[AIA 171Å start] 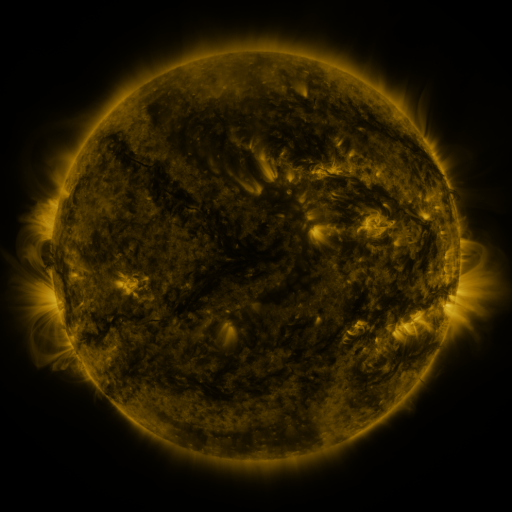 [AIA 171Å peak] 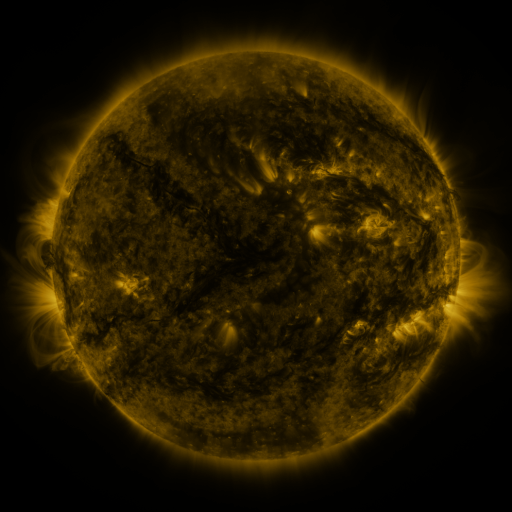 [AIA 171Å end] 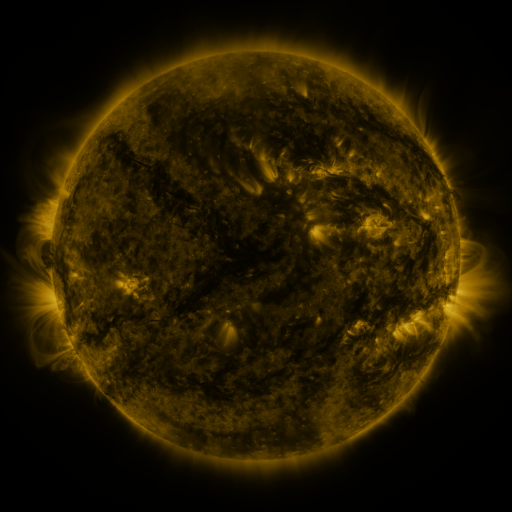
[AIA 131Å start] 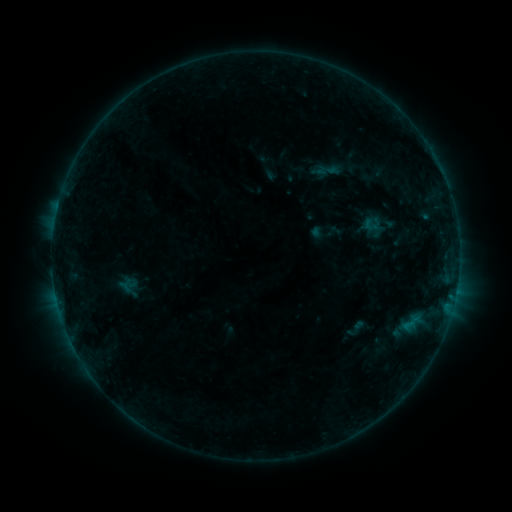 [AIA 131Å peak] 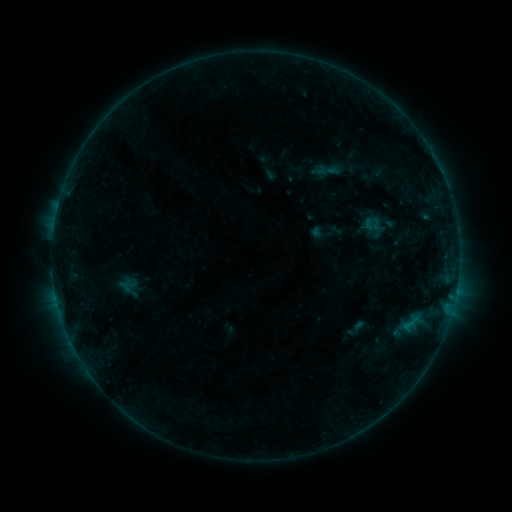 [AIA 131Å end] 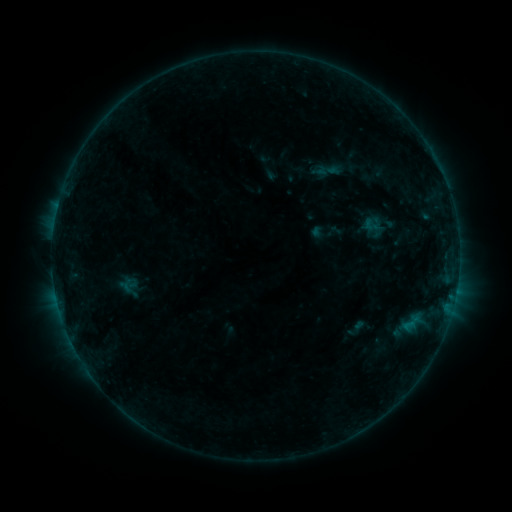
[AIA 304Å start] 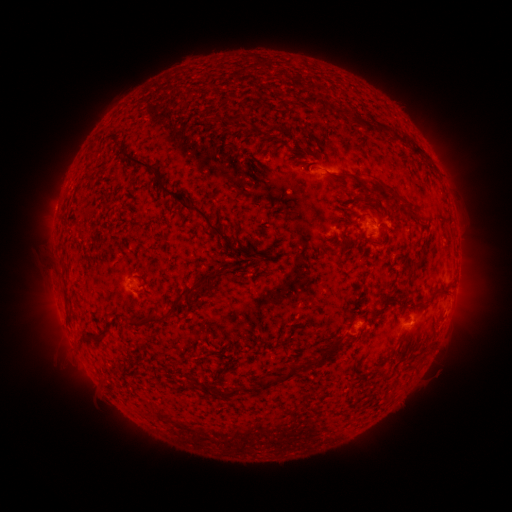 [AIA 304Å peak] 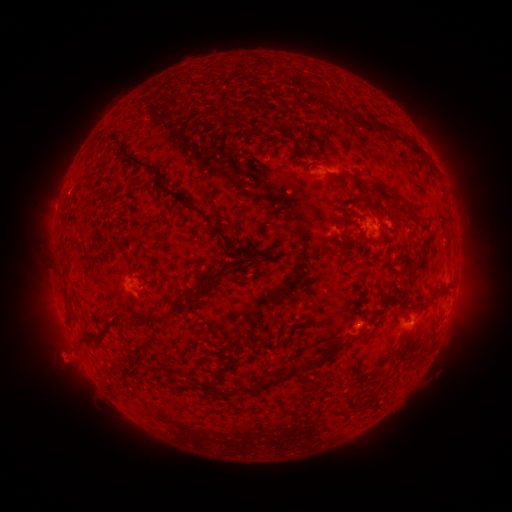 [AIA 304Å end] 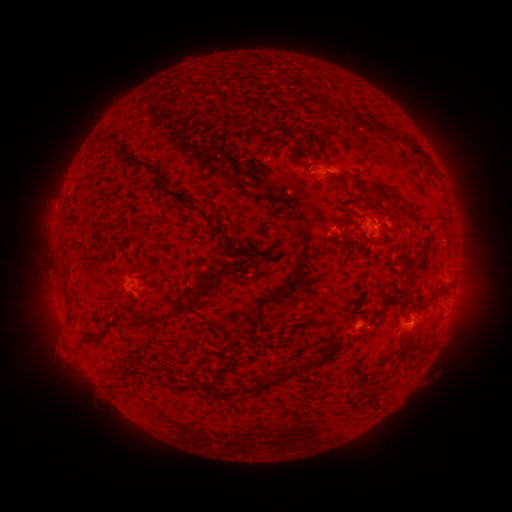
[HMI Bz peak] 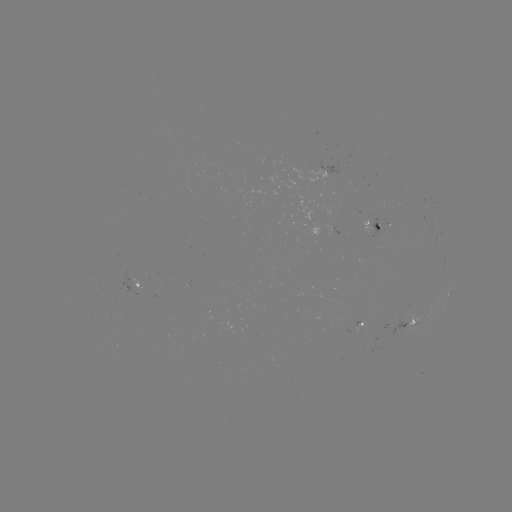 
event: eruption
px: (65, 355)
